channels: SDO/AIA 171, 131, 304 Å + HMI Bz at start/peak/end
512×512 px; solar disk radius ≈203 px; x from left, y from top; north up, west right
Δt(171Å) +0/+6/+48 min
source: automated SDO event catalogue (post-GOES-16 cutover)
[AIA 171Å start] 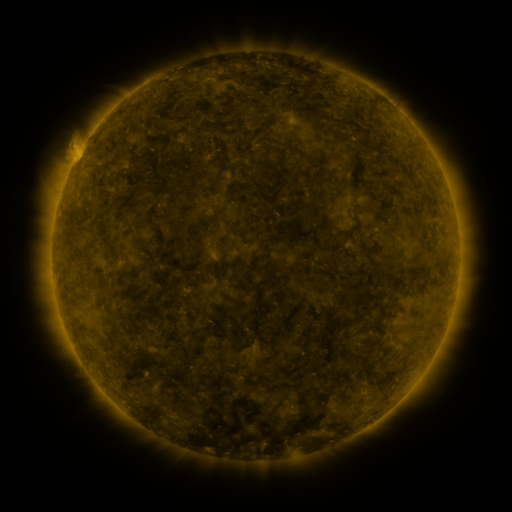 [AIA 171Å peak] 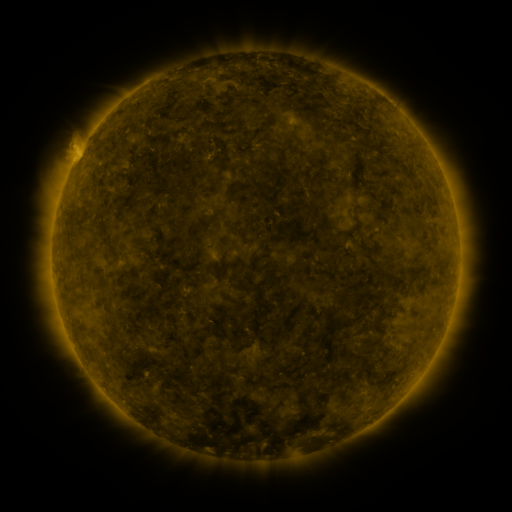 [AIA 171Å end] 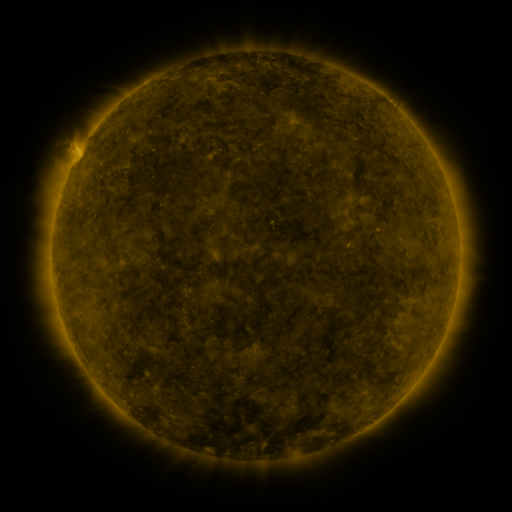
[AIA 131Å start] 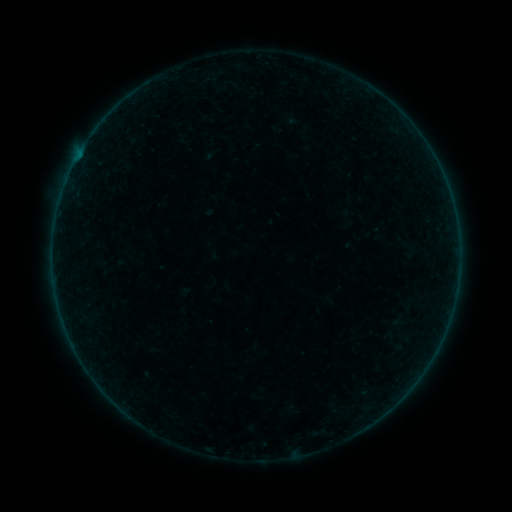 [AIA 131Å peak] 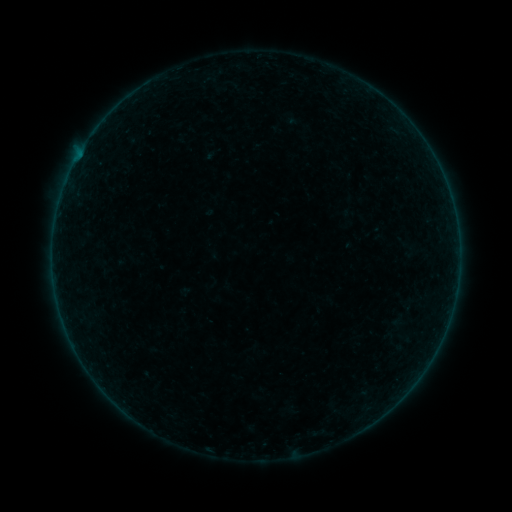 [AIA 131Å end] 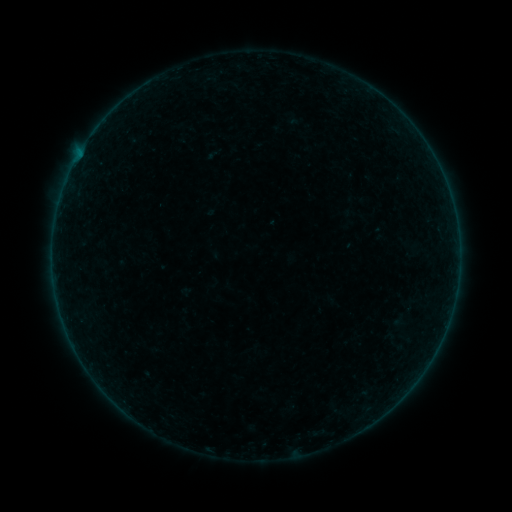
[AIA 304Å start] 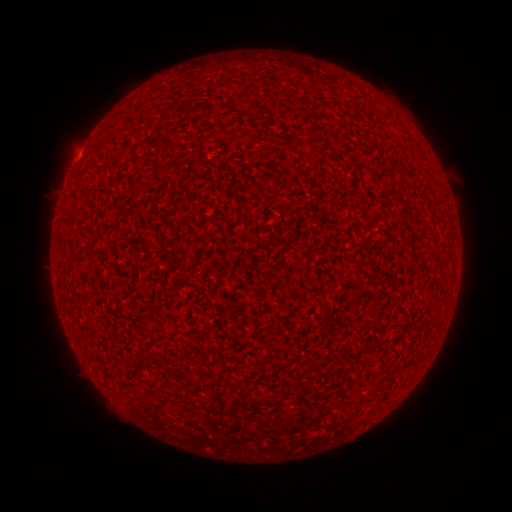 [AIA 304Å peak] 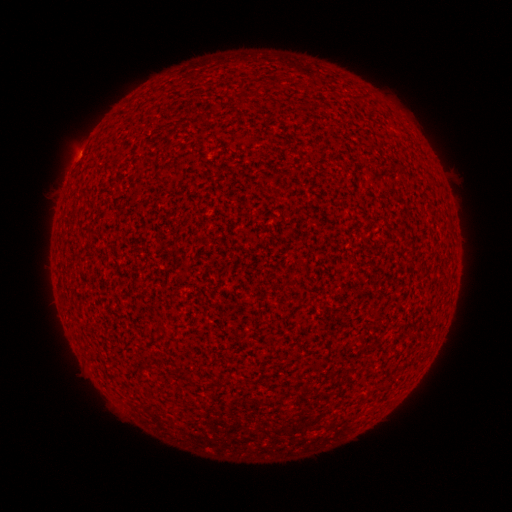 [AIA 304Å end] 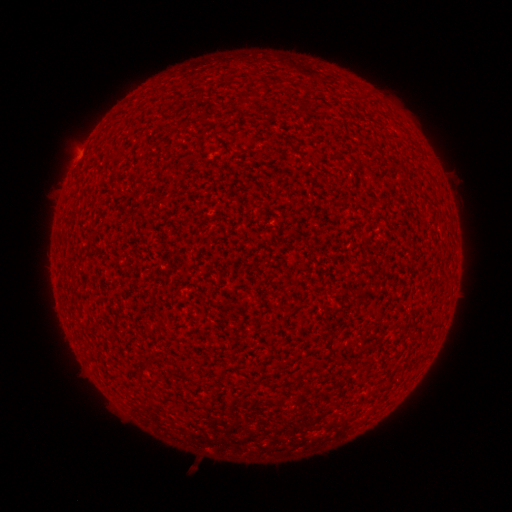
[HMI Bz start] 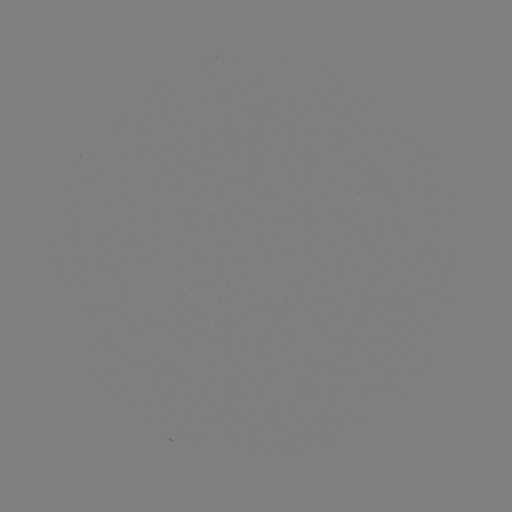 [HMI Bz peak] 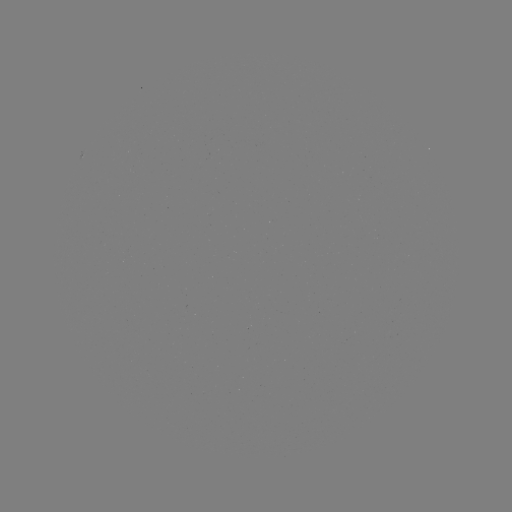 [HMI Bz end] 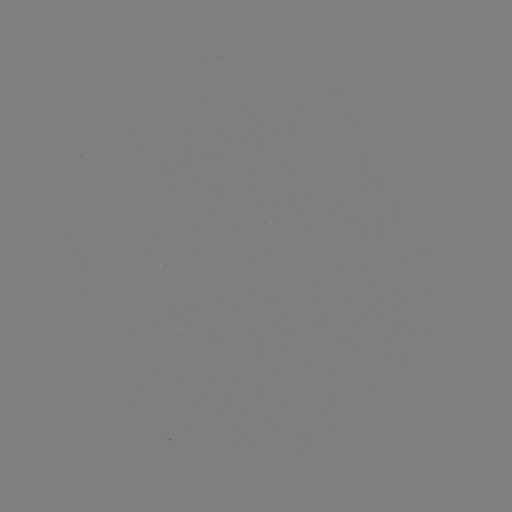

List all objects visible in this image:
A3.3 flare: (80, 153)
